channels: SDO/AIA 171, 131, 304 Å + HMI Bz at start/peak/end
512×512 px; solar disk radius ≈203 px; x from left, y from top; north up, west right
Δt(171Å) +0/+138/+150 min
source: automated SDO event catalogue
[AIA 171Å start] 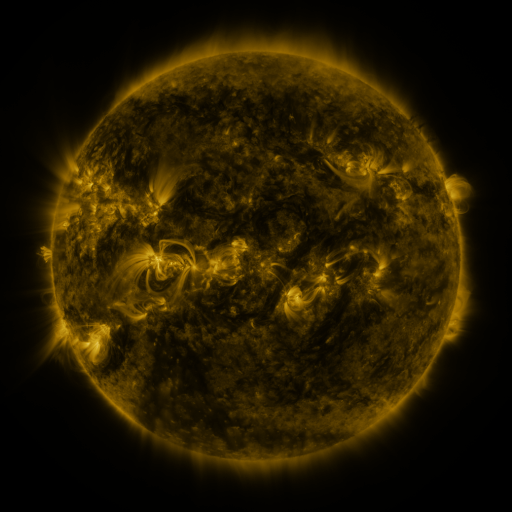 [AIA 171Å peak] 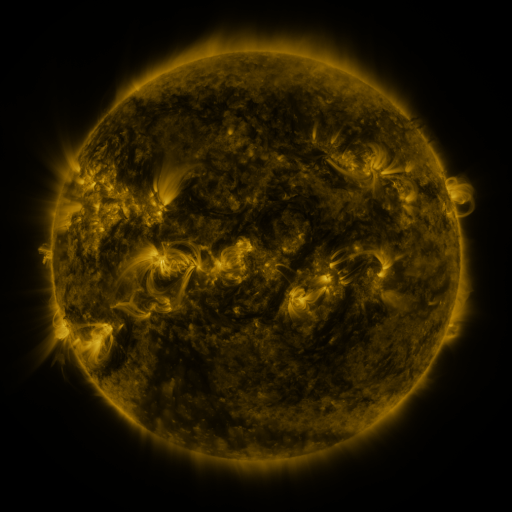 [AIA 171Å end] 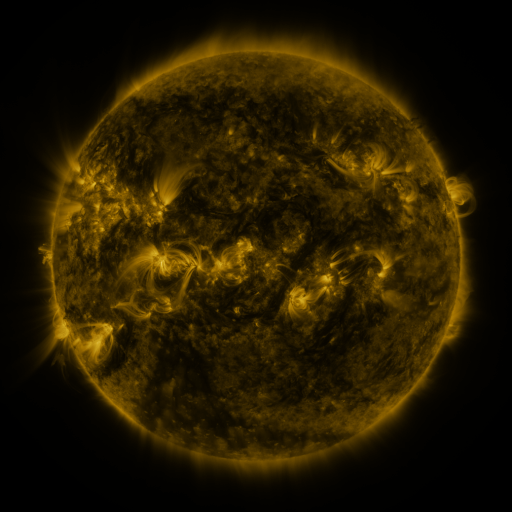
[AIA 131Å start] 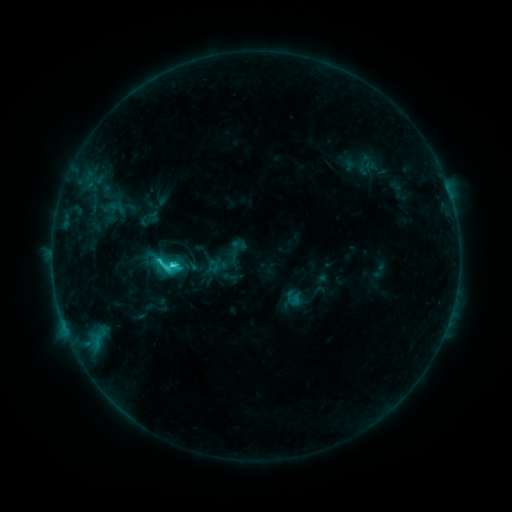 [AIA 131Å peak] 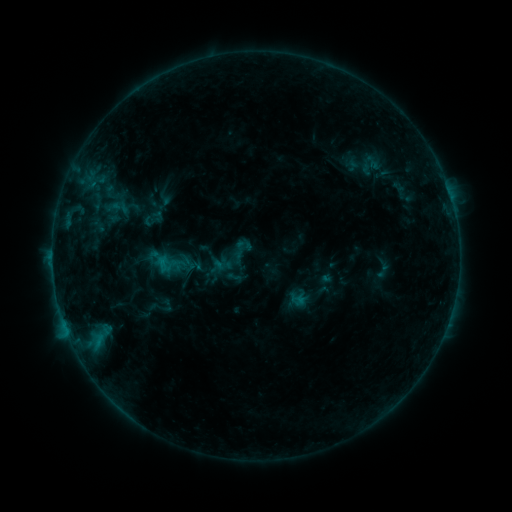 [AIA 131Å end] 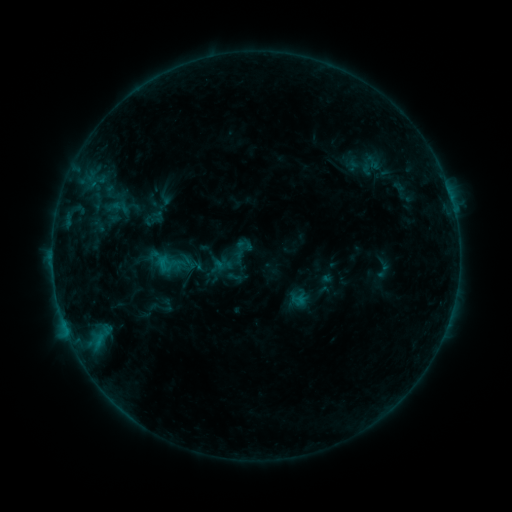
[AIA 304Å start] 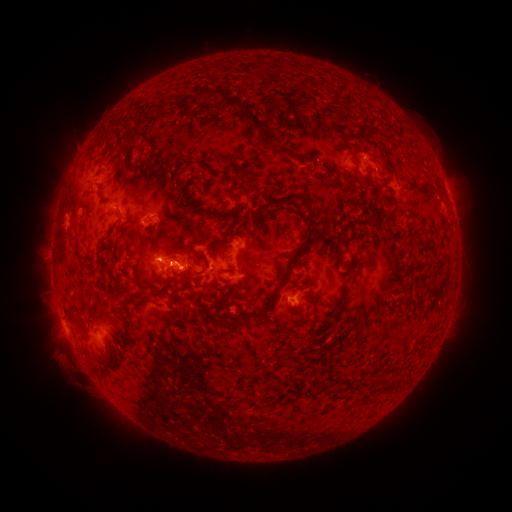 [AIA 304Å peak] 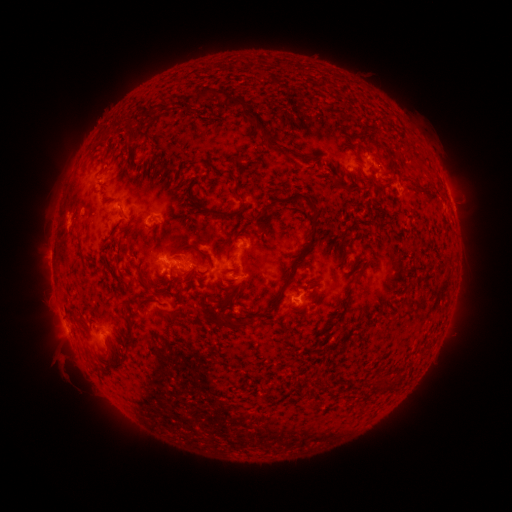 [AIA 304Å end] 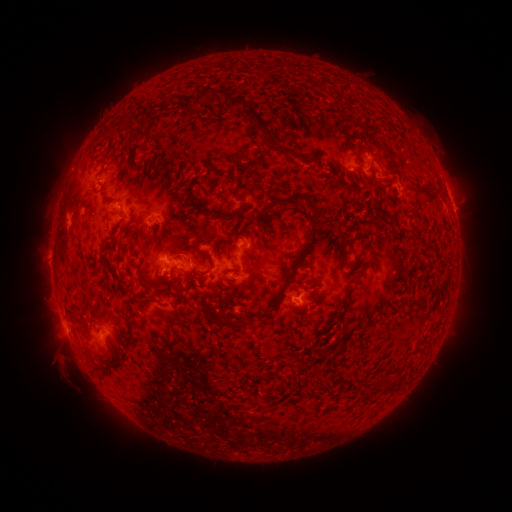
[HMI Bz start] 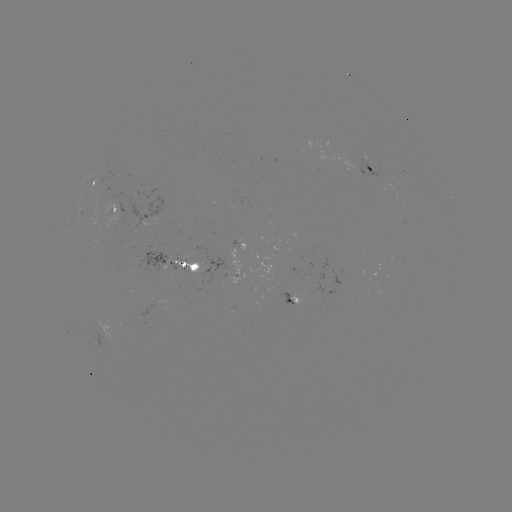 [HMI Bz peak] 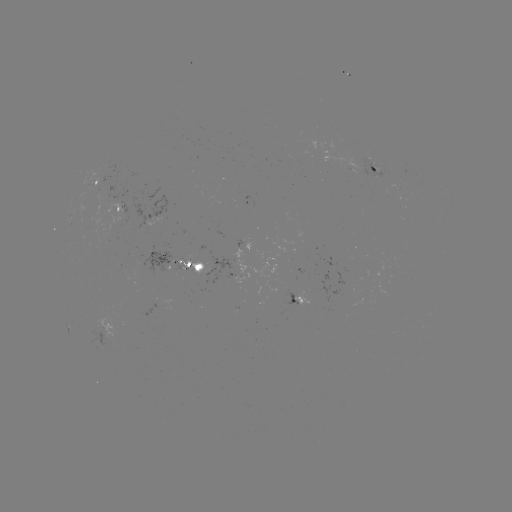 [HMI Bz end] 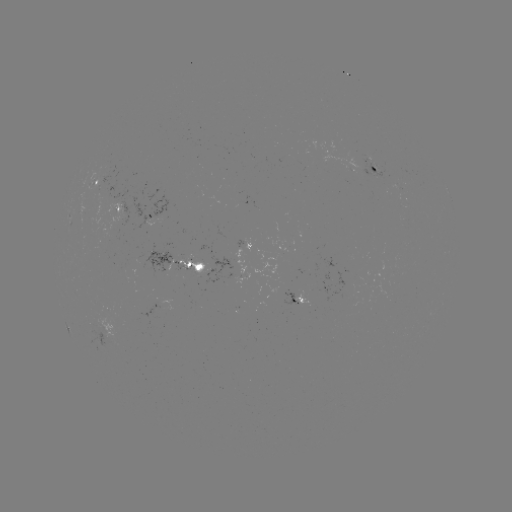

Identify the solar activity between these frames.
emerging-flux region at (180, 267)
